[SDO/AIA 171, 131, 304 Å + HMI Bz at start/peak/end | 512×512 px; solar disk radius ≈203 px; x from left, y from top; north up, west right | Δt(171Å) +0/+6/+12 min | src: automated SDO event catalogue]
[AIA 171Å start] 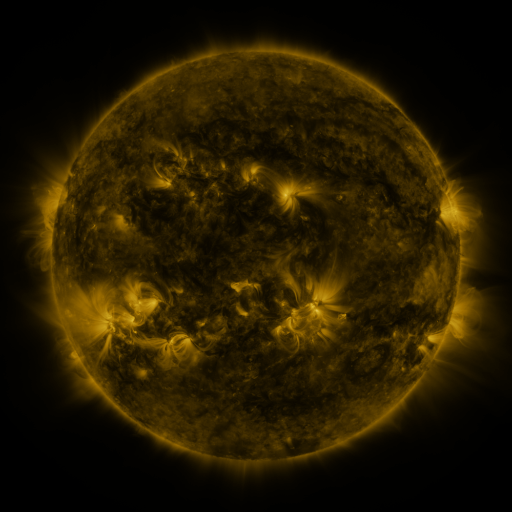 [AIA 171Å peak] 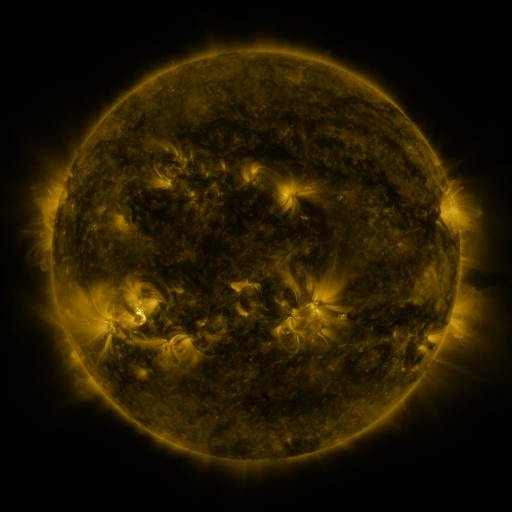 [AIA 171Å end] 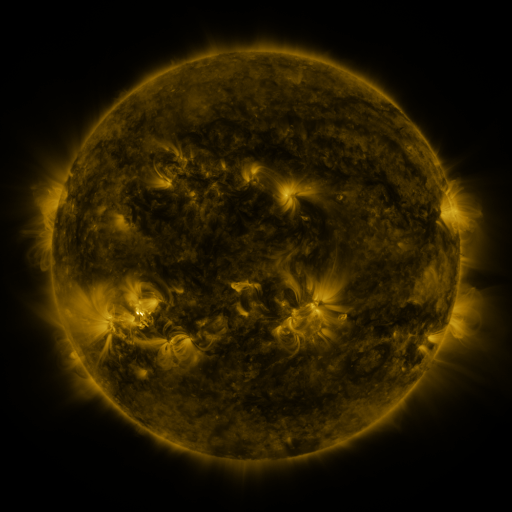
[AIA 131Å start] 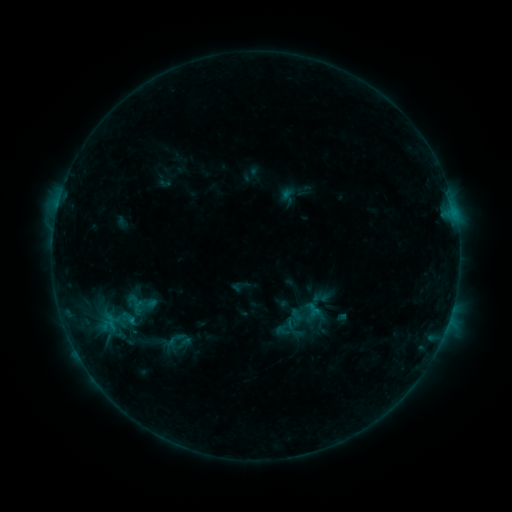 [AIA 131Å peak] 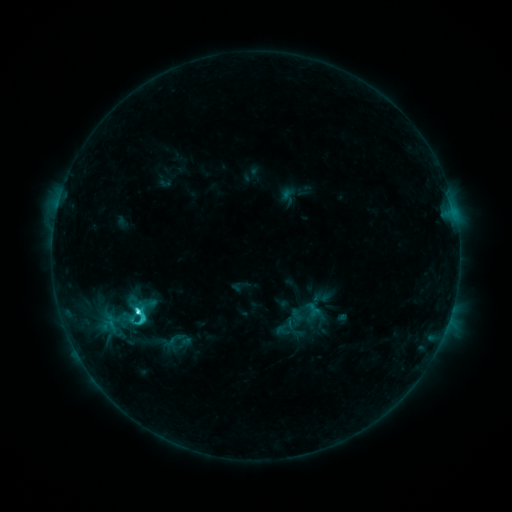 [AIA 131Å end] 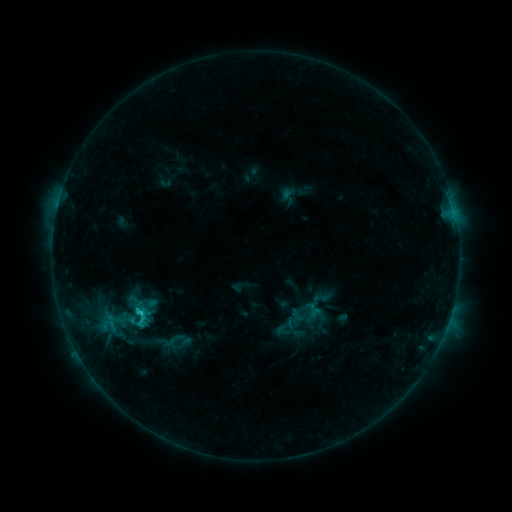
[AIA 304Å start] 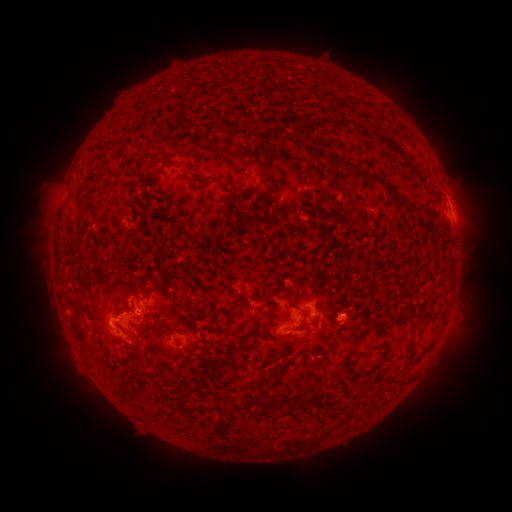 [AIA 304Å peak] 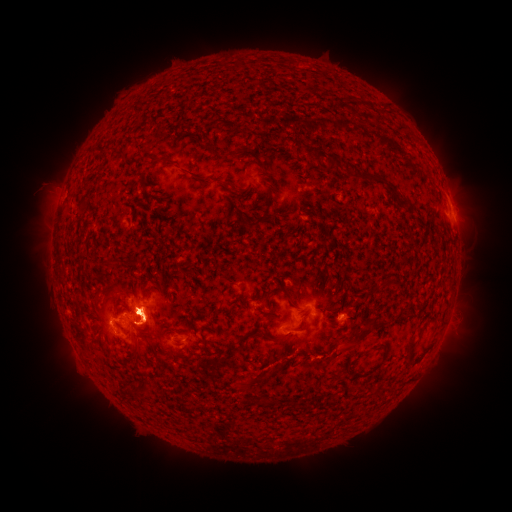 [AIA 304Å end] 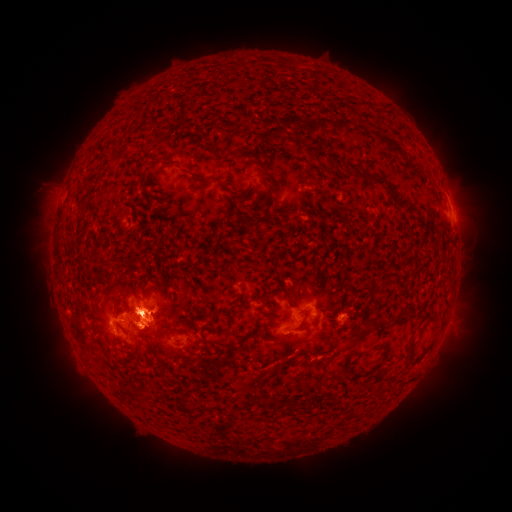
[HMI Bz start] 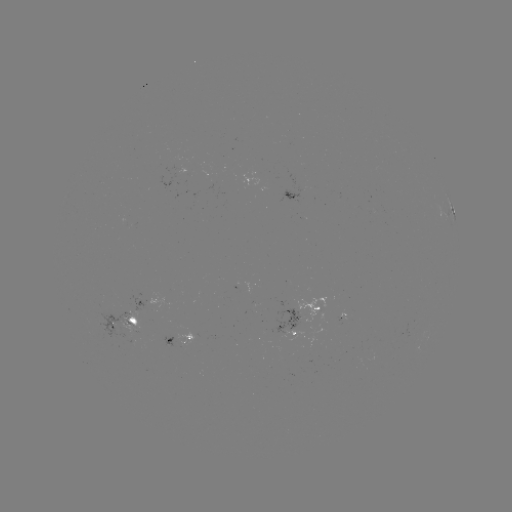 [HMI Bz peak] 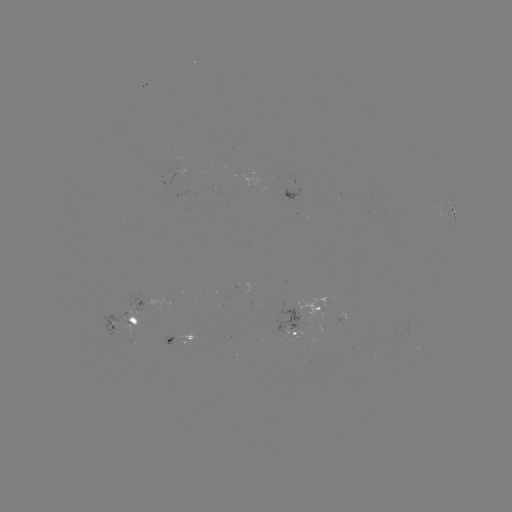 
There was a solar flare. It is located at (139, 311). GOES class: C3.9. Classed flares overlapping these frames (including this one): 1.